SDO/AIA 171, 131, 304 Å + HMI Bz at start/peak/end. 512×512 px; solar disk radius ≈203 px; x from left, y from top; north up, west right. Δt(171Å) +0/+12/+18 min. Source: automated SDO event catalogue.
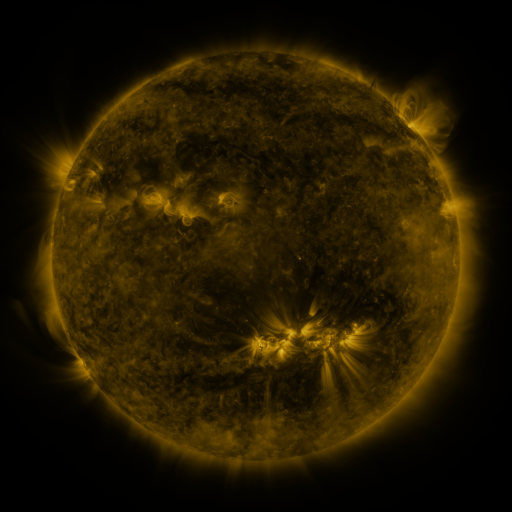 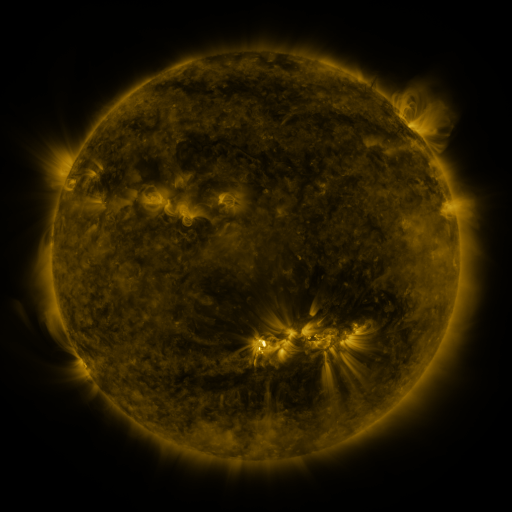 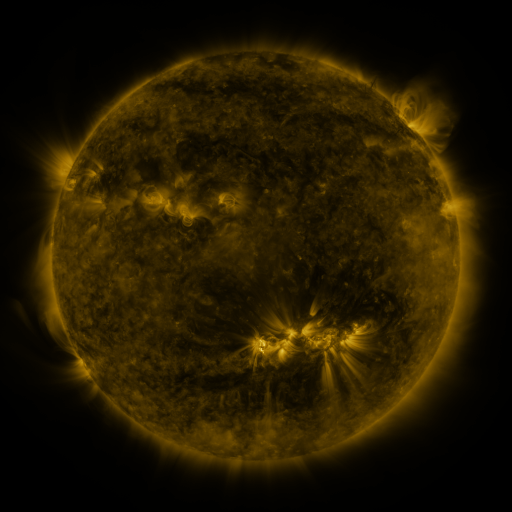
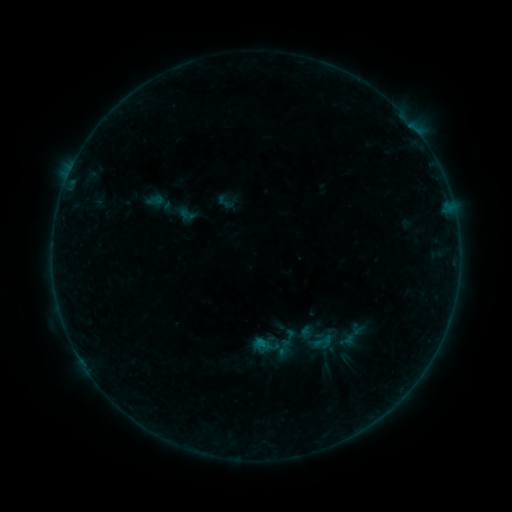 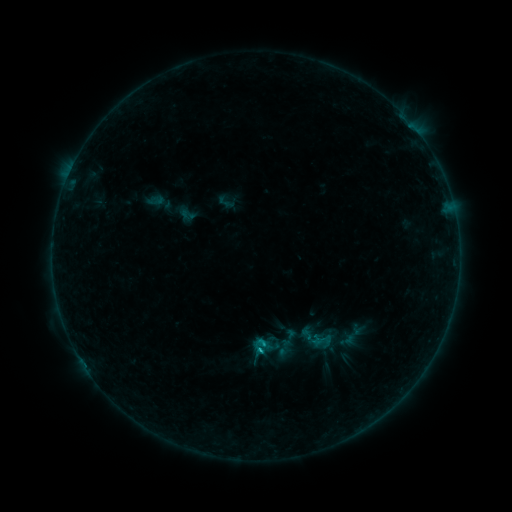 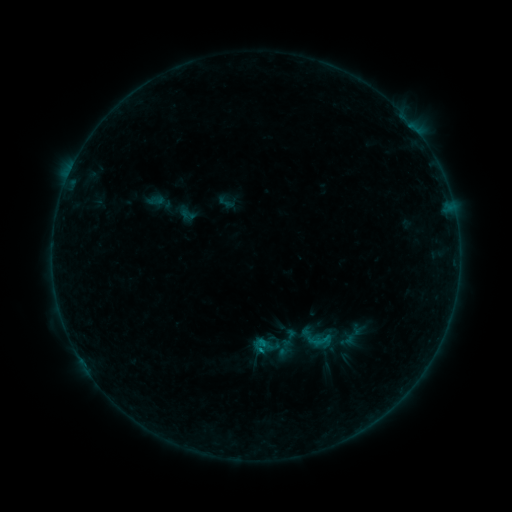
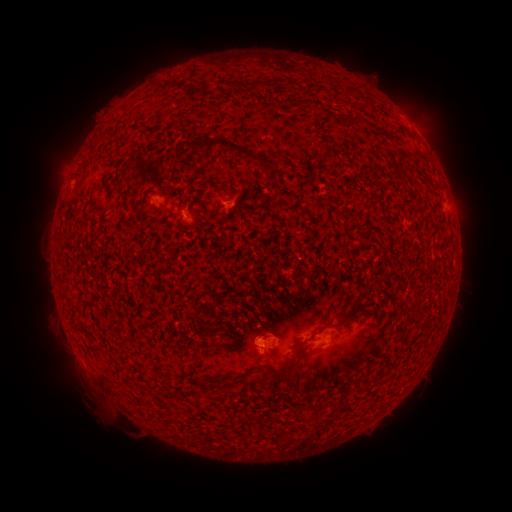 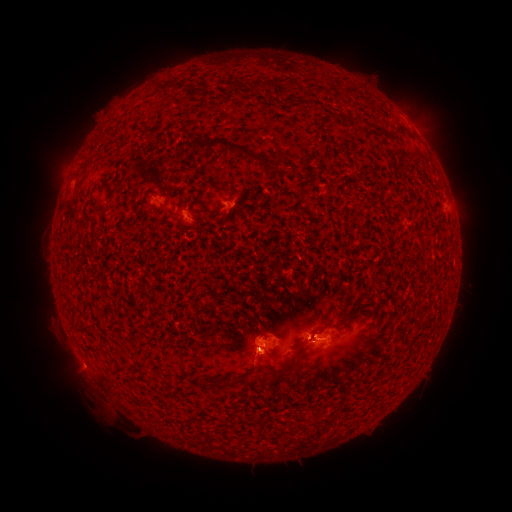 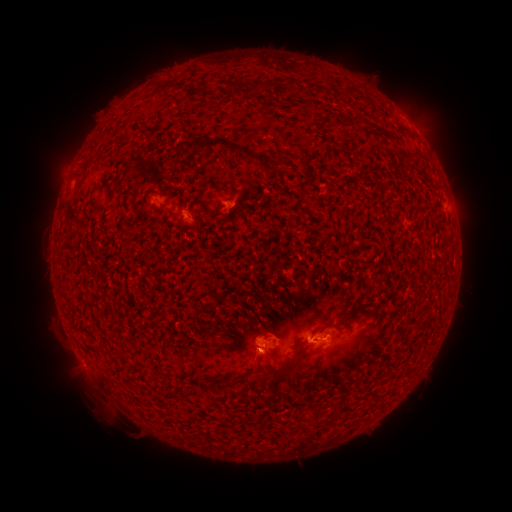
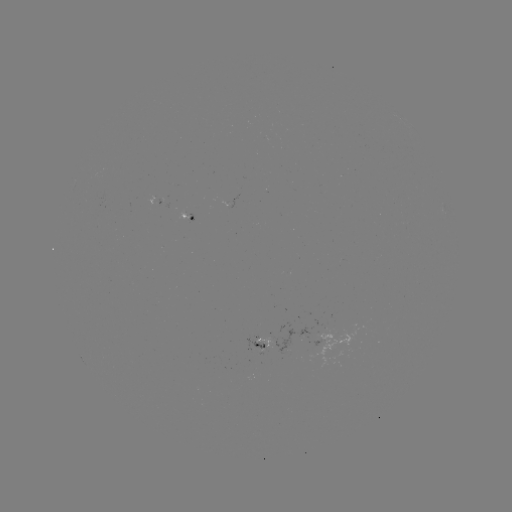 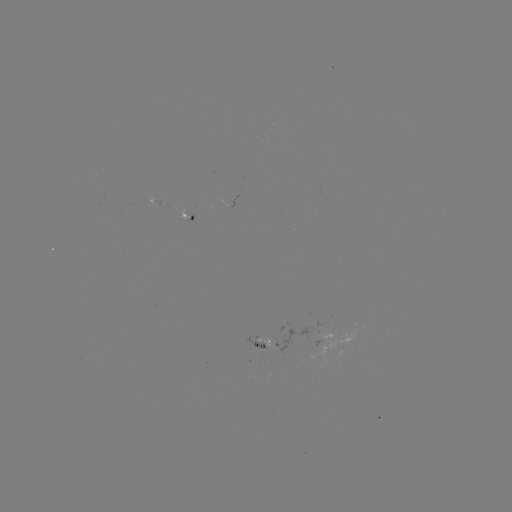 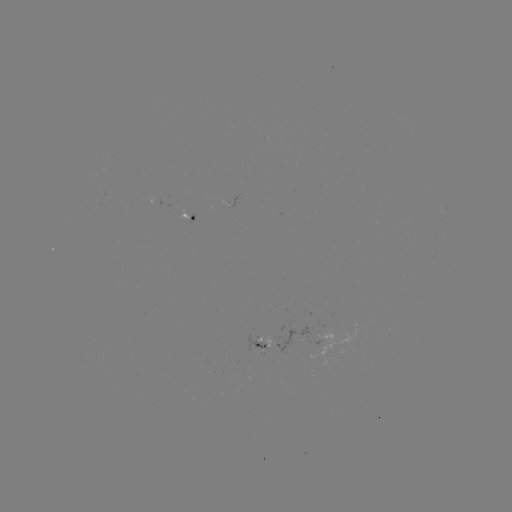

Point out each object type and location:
B4.0 flare: (262, 342)
